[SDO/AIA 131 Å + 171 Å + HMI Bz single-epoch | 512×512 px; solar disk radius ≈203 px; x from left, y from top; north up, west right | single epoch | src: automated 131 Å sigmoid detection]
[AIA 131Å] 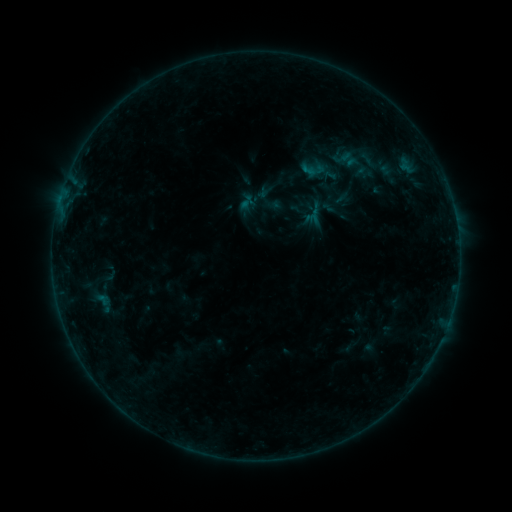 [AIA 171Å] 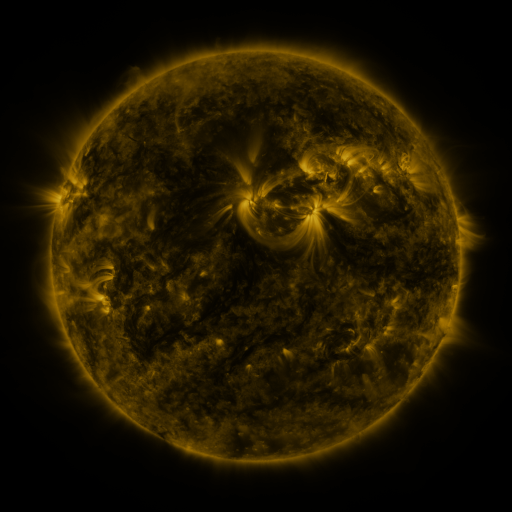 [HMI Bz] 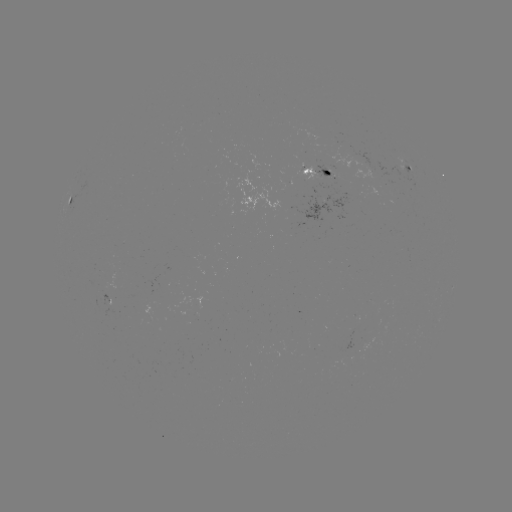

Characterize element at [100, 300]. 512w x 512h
sigmoid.